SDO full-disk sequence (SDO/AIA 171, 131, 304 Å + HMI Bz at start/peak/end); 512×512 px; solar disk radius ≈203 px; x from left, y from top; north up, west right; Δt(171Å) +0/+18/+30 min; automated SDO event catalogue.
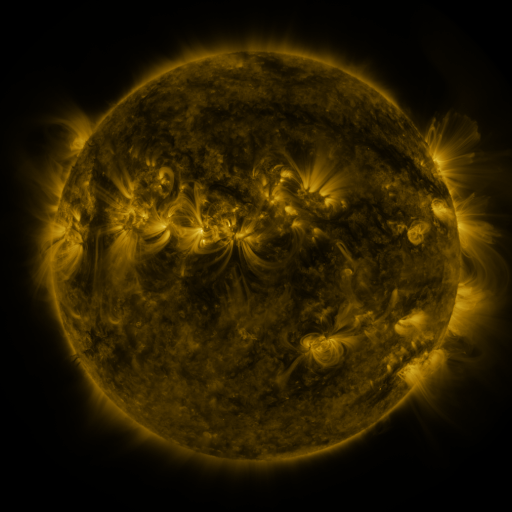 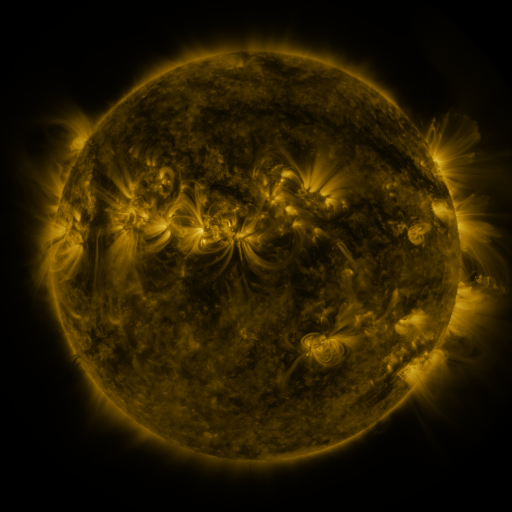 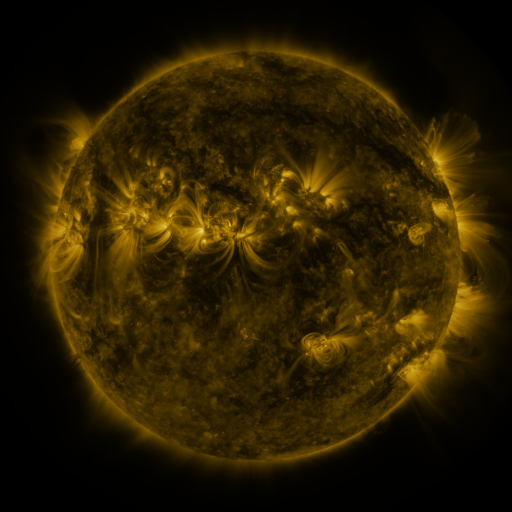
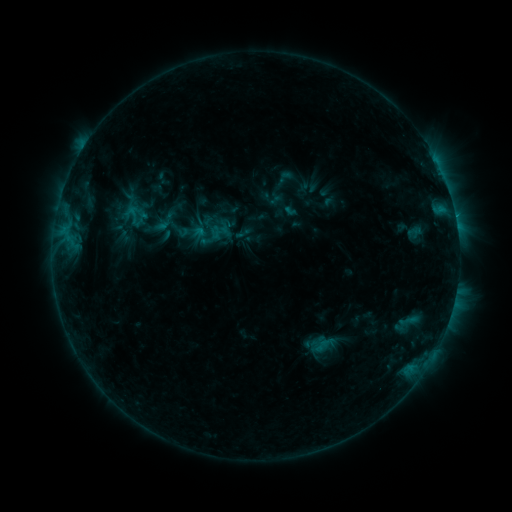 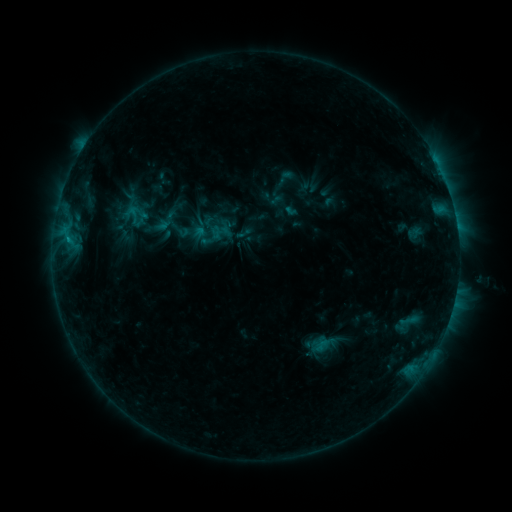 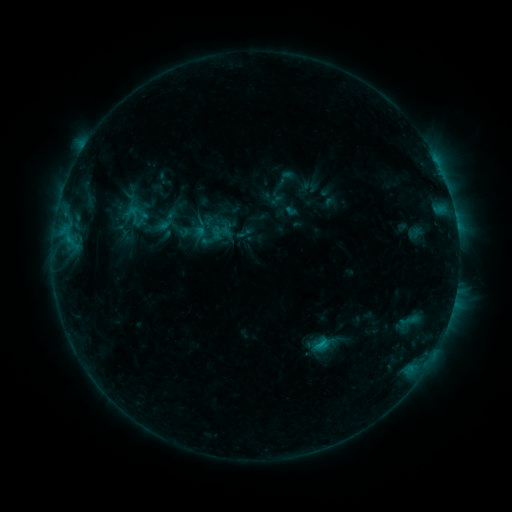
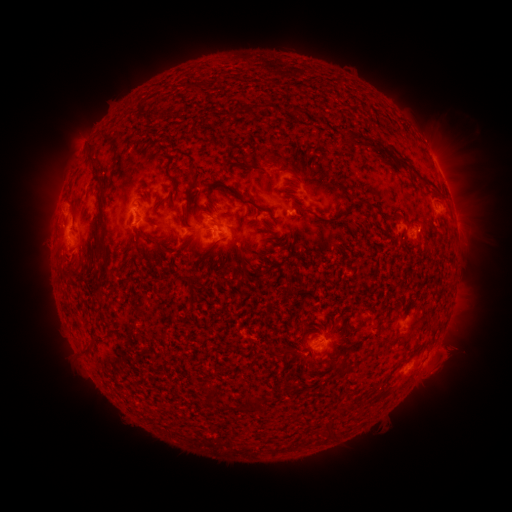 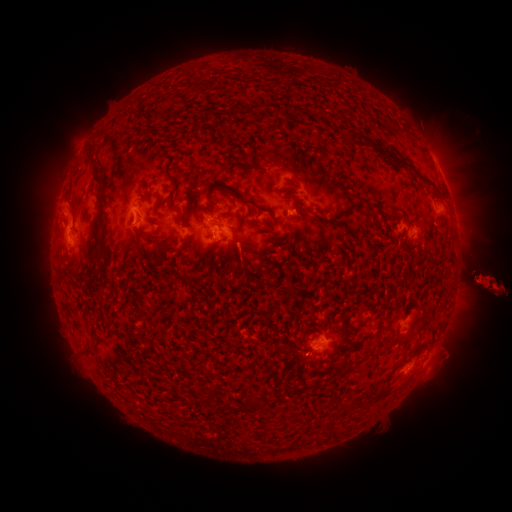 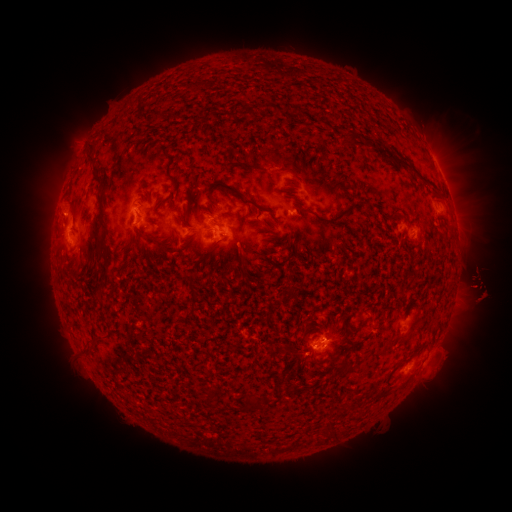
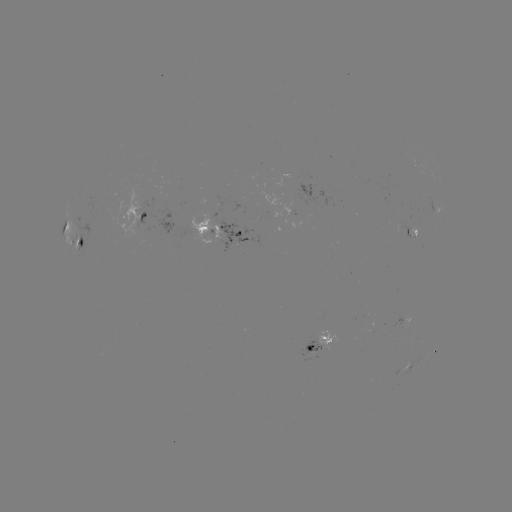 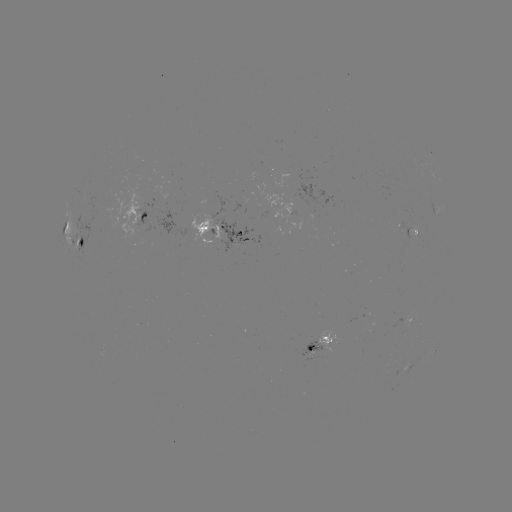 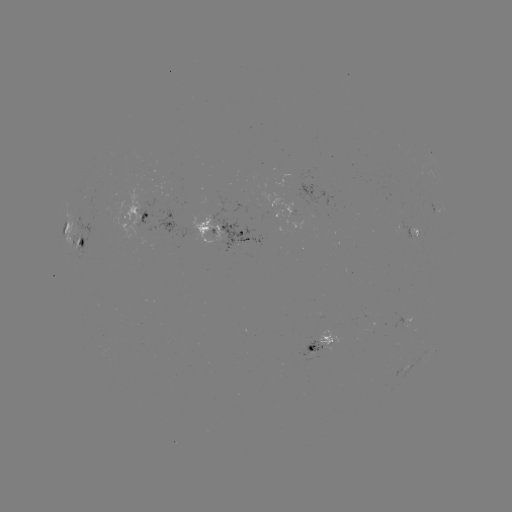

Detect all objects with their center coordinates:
eruption: (475, 280)
